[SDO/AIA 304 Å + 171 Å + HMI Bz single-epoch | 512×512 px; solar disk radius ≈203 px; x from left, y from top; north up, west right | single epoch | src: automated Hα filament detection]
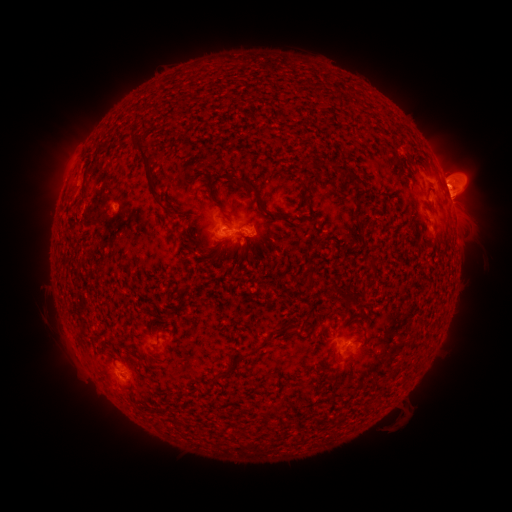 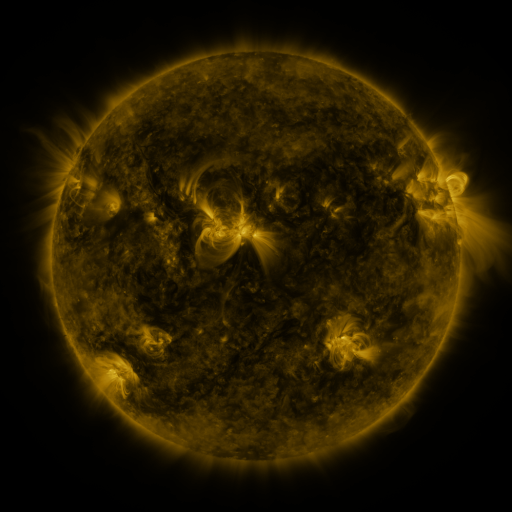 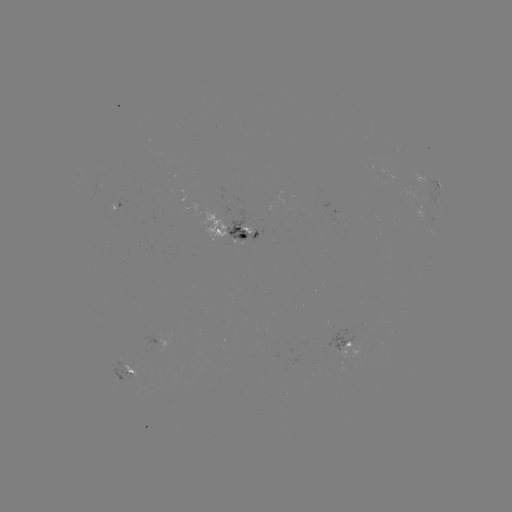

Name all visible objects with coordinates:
filament: (342, 169)
filament: (149, 174)
filament: (354, 178)
filament: (260, 204)
filament: (243, 236)
filament: (182, 289)
filament: (350, 301)
filament: (237, 361)
